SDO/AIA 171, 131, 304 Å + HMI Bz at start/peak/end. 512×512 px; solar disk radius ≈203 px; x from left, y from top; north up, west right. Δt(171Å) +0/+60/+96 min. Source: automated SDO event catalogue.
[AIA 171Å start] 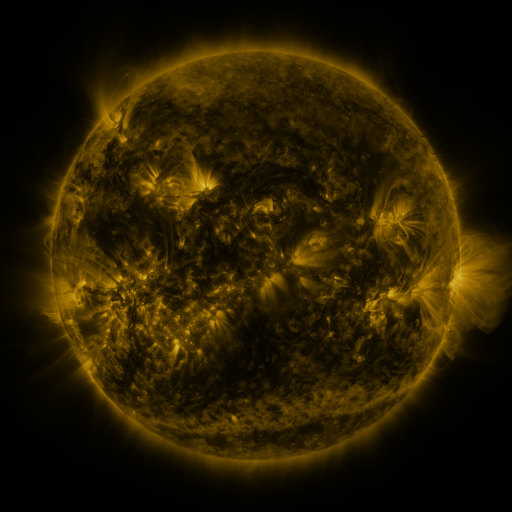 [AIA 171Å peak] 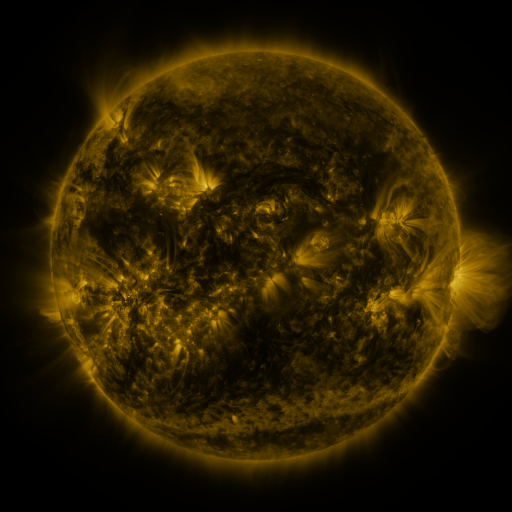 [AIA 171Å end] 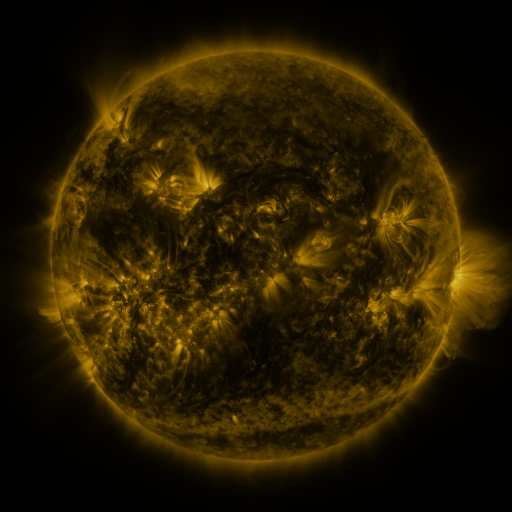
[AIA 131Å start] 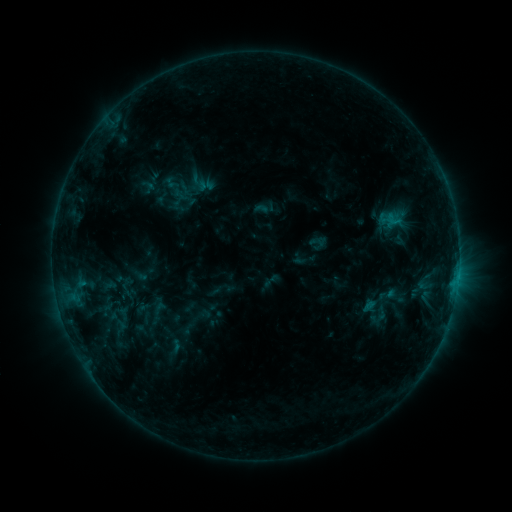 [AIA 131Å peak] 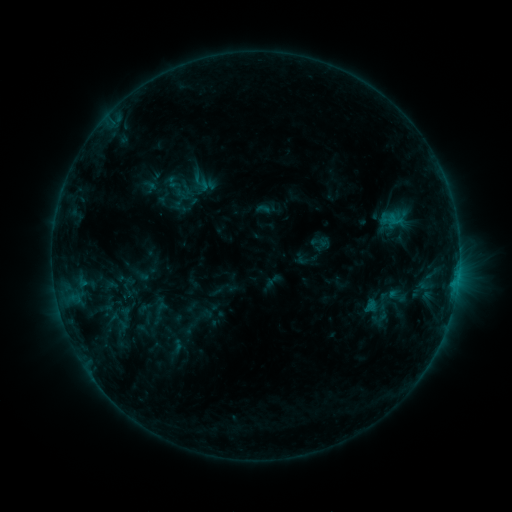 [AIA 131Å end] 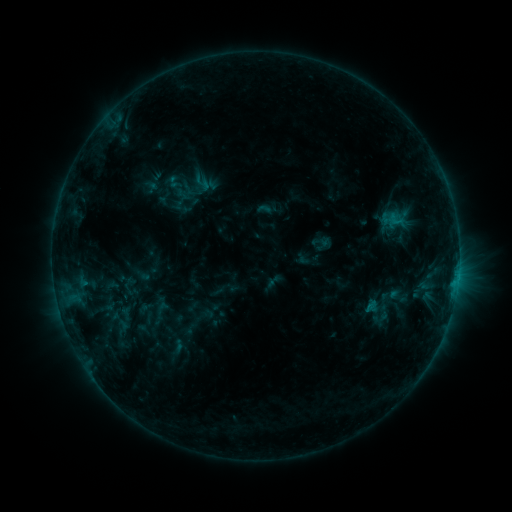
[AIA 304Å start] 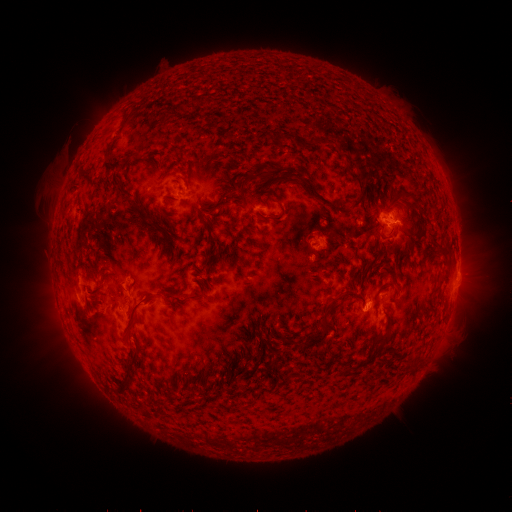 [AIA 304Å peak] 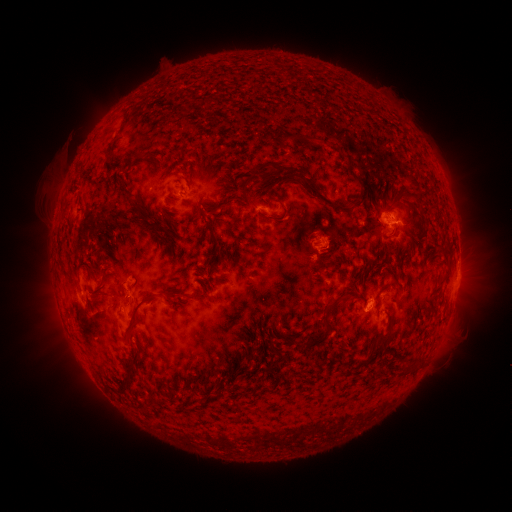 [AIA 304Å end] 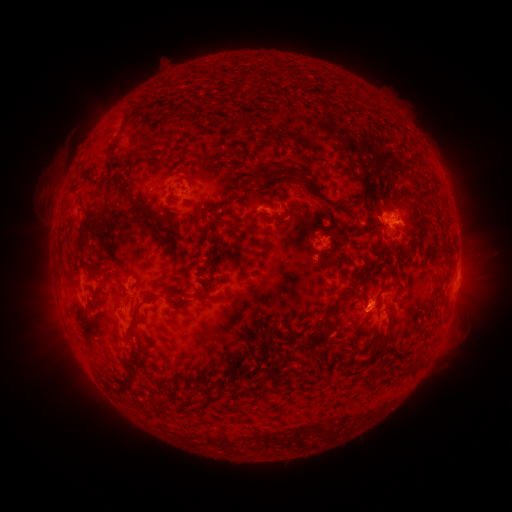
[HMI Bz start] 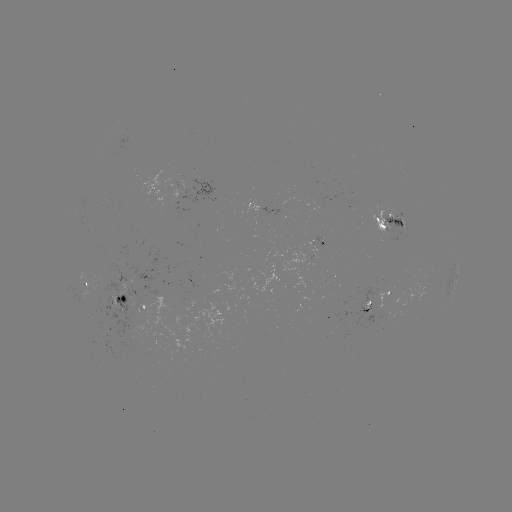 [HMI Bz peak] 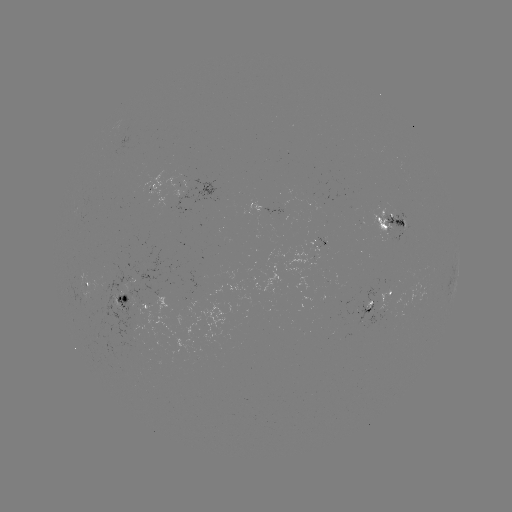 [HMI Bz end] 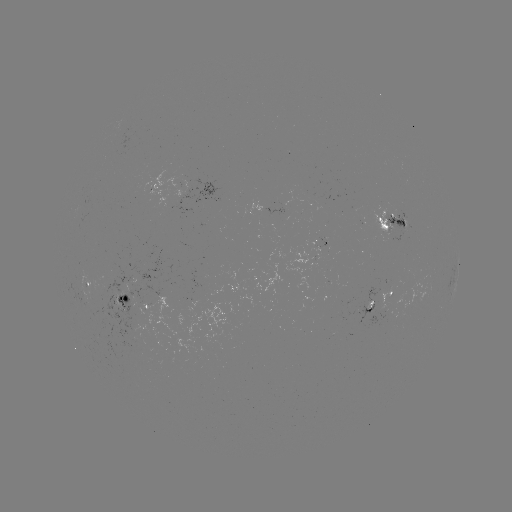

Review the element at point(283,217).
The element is emerging-flux region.